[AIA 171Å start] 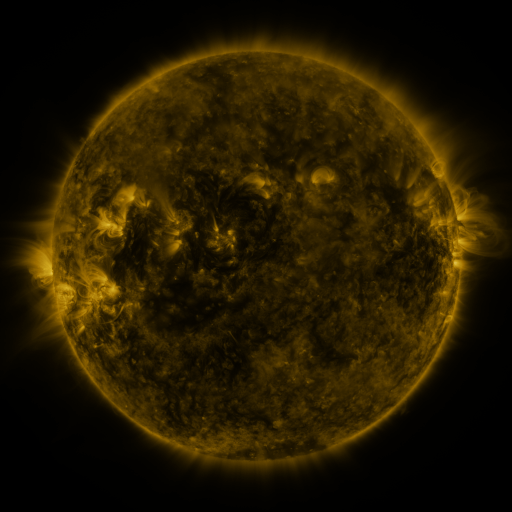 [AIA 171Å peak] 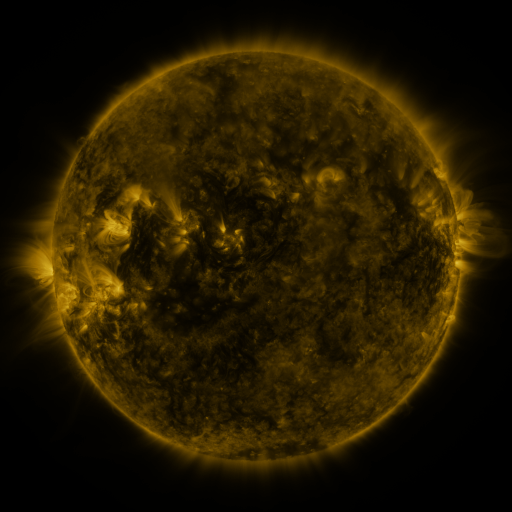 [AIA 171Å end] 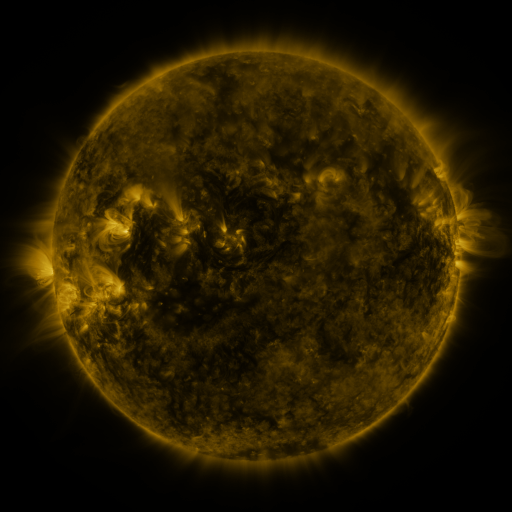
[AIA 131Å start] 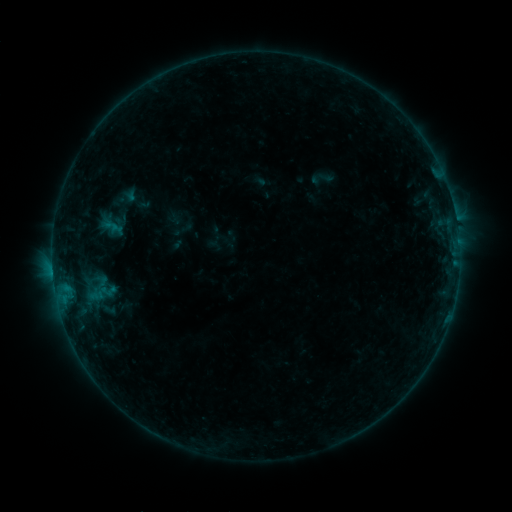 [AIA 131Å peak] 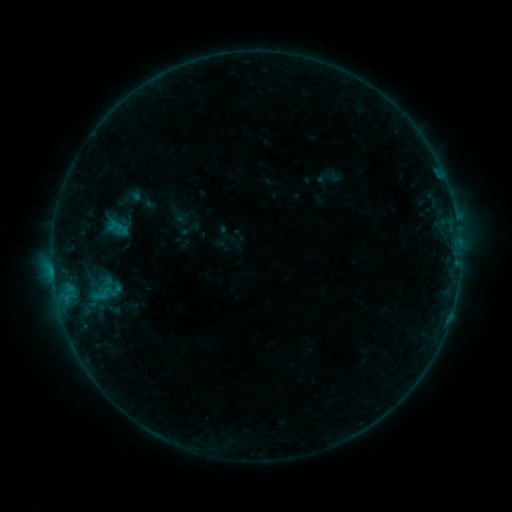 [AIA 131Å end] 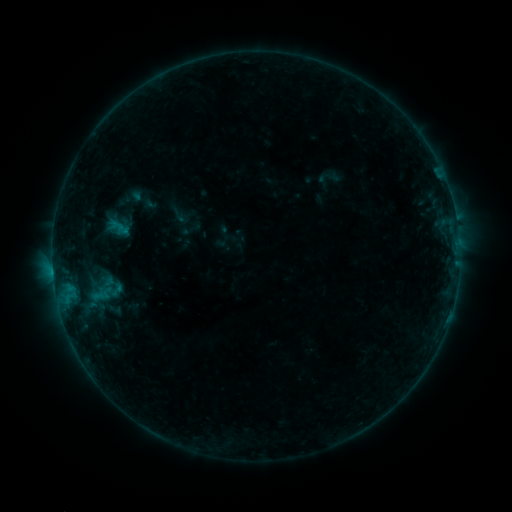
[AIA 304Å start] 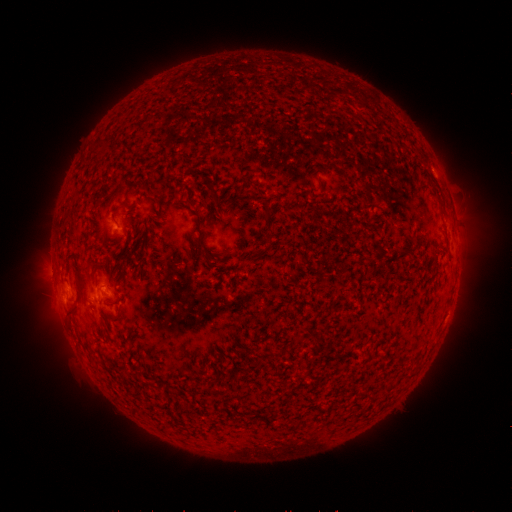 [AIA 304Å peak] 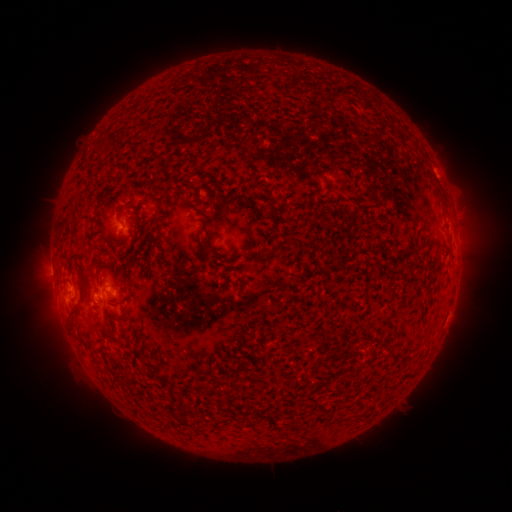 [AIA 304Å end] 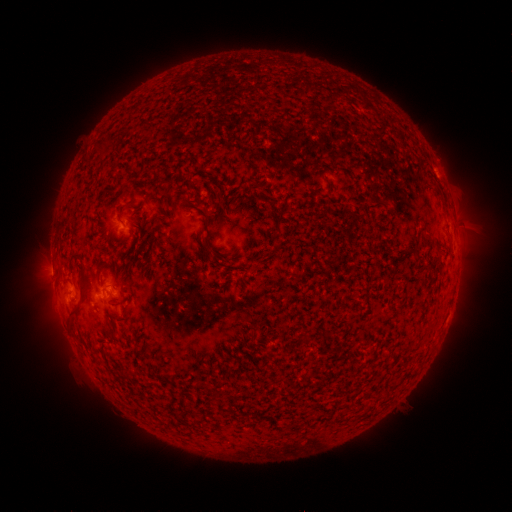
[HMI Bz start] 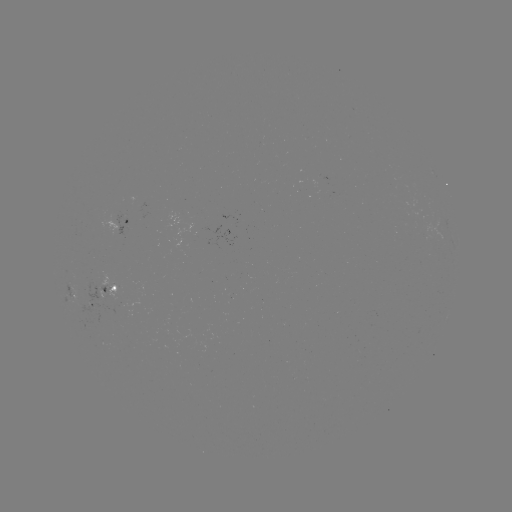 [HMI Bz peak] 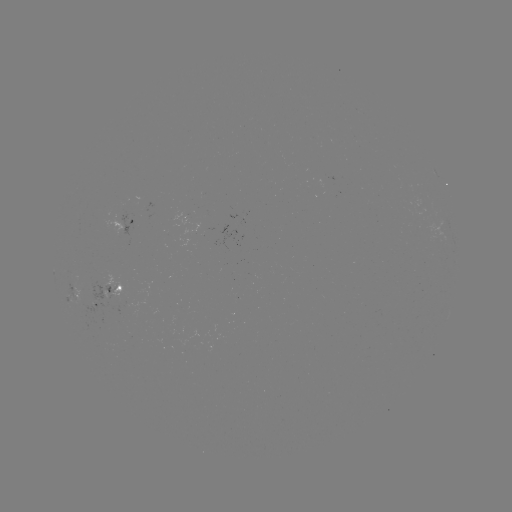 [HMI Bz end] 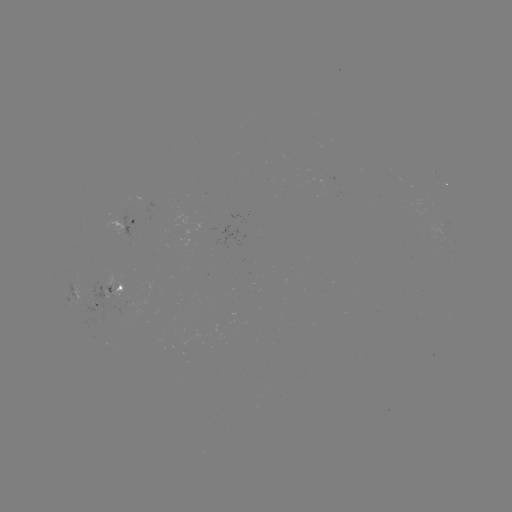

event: emerging-flux region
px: (92, 306)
